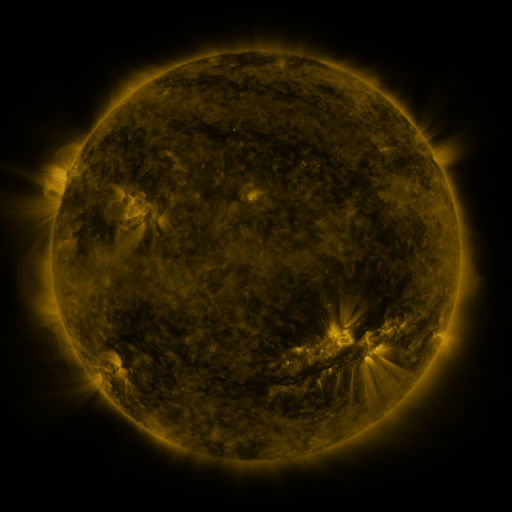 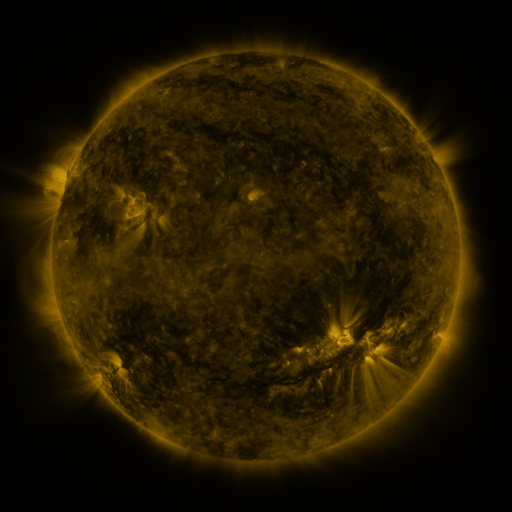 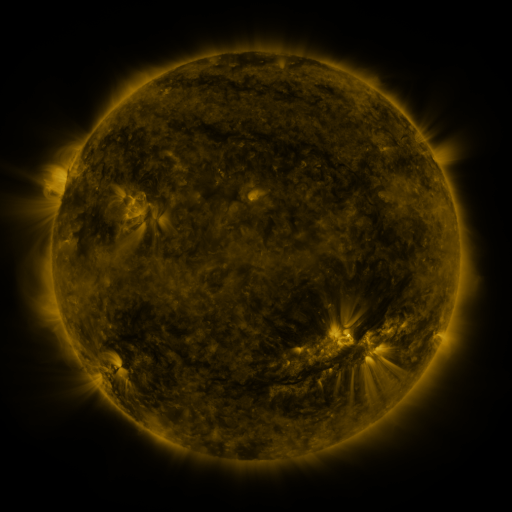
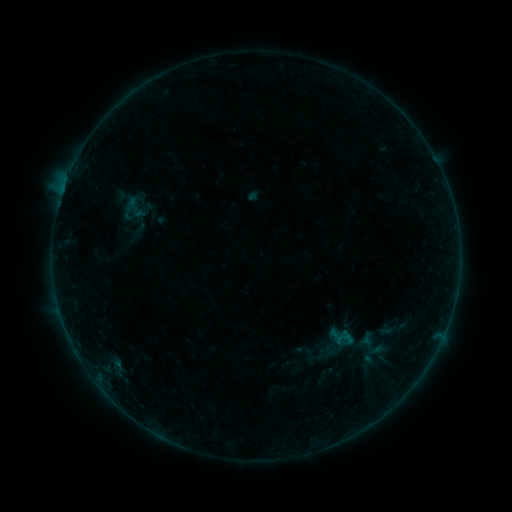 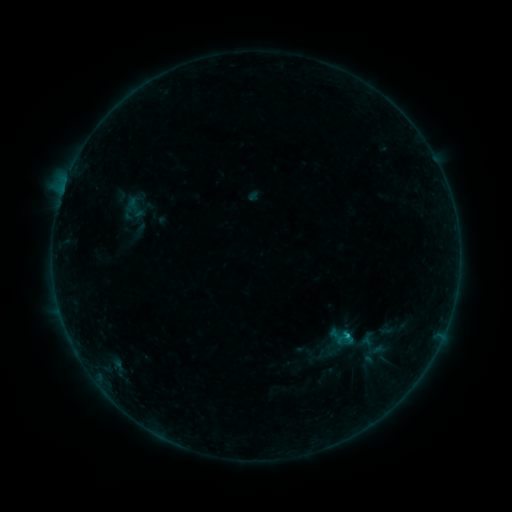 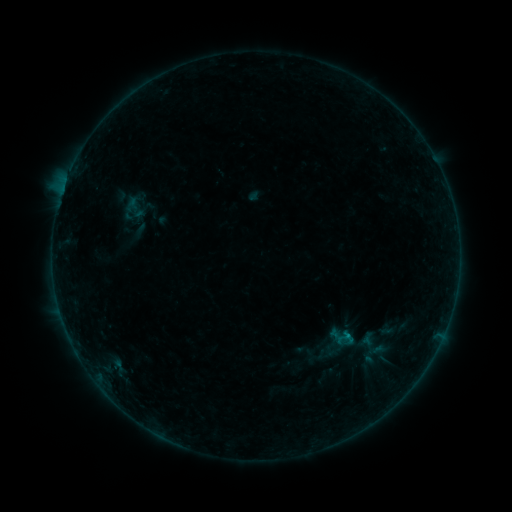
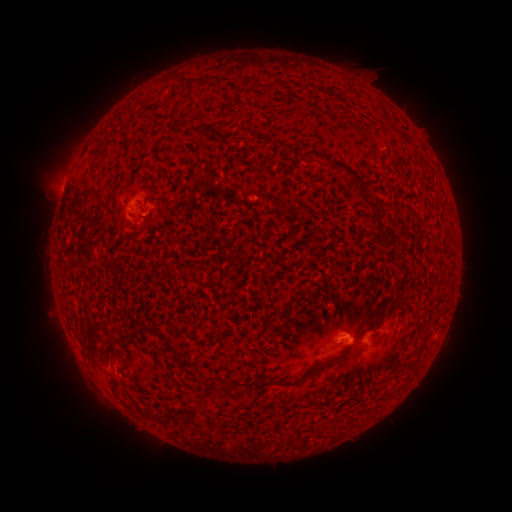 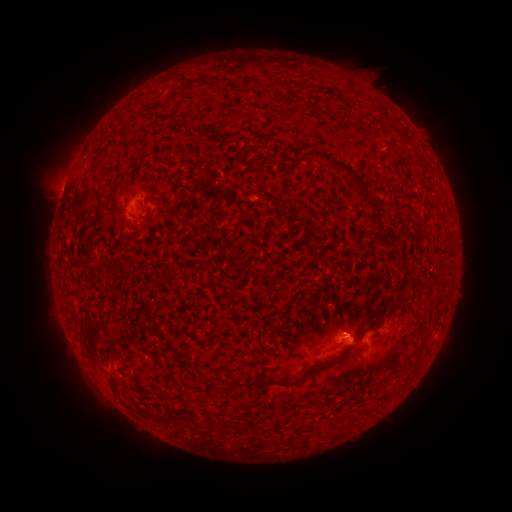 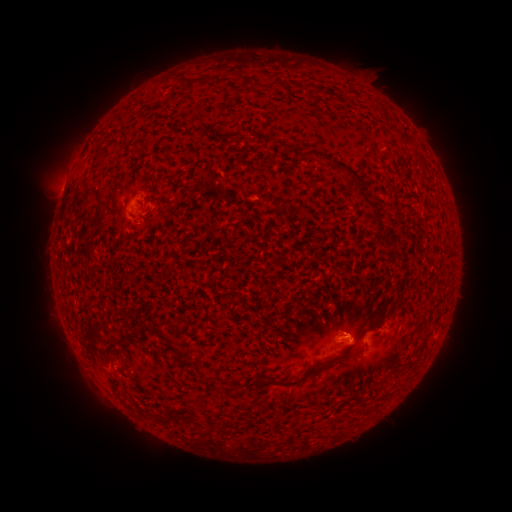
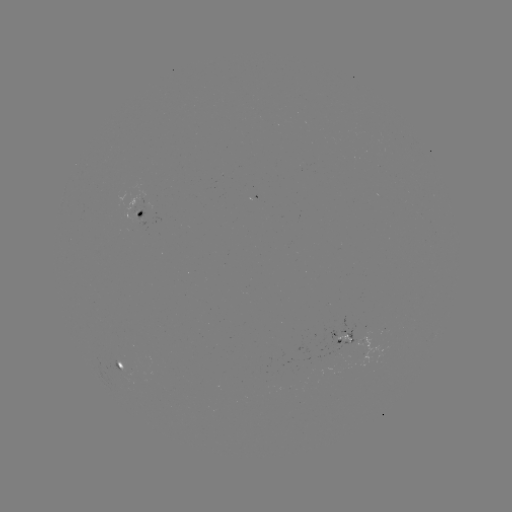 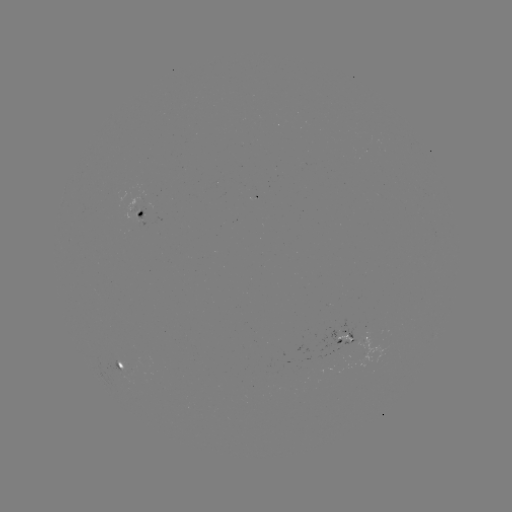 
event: flare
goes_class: B4.5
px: (344, 335)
